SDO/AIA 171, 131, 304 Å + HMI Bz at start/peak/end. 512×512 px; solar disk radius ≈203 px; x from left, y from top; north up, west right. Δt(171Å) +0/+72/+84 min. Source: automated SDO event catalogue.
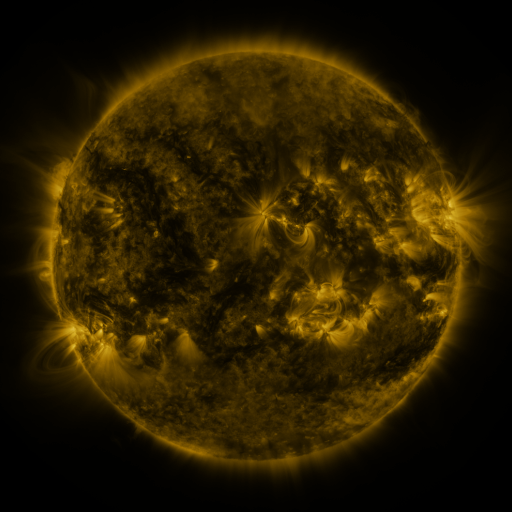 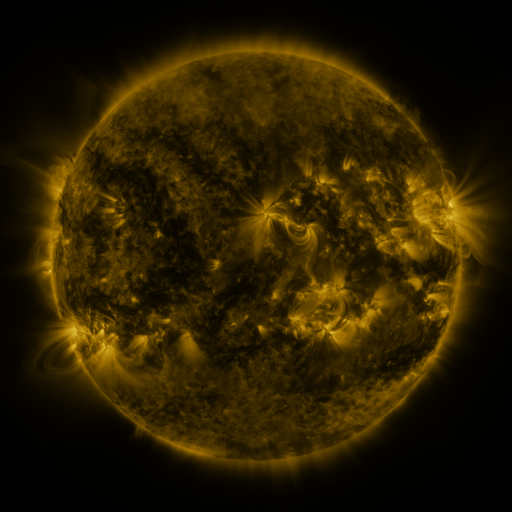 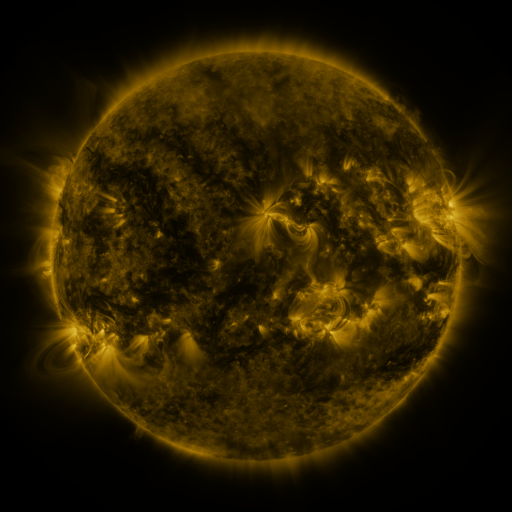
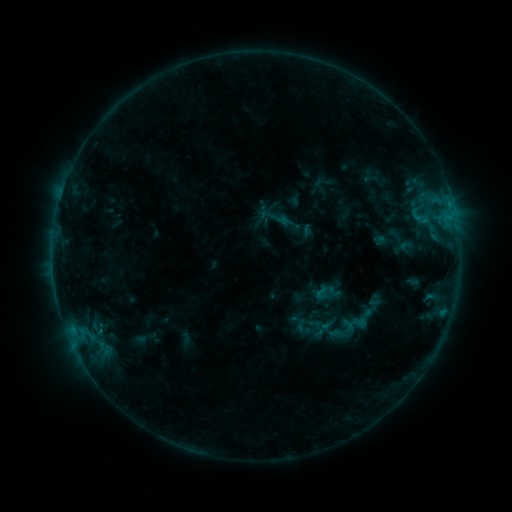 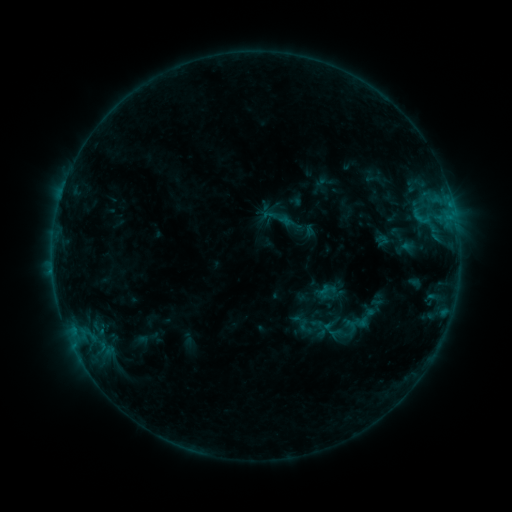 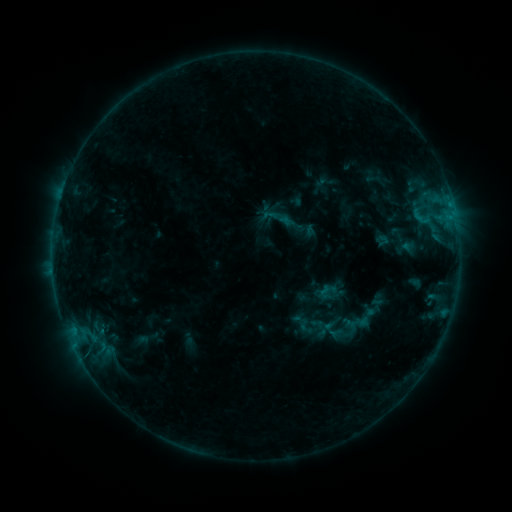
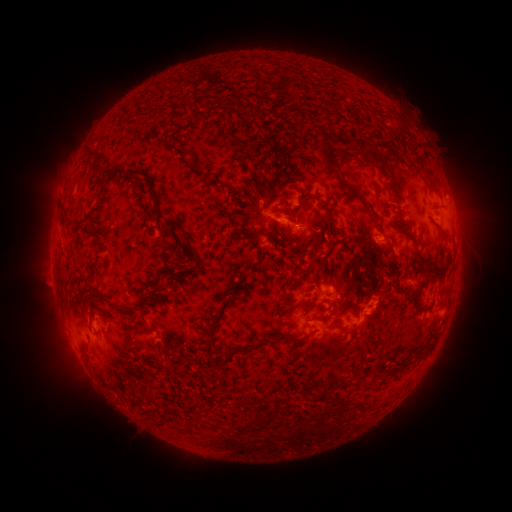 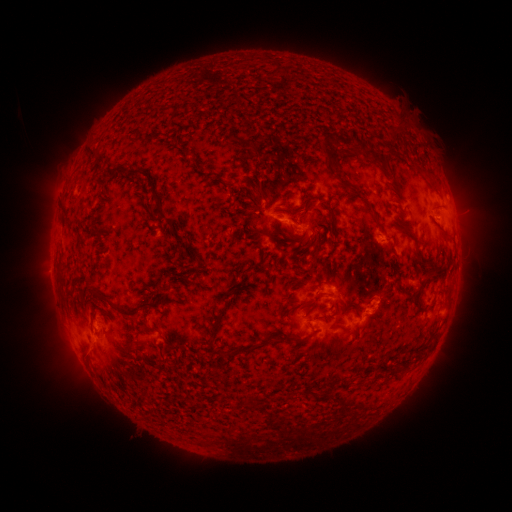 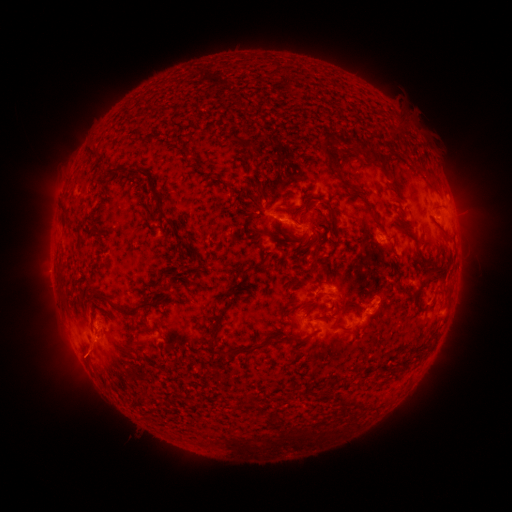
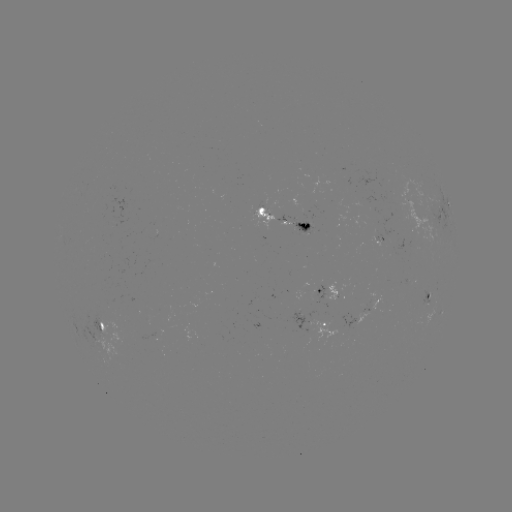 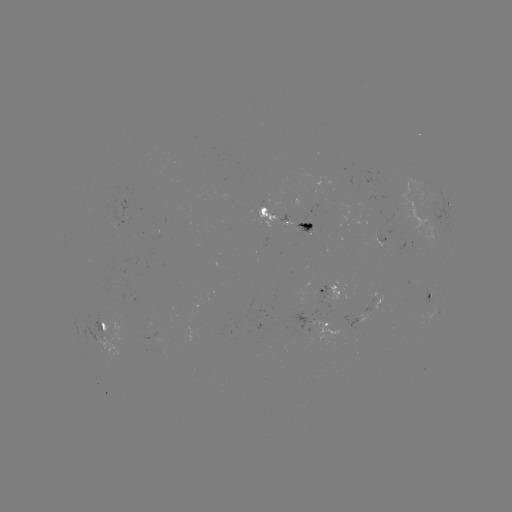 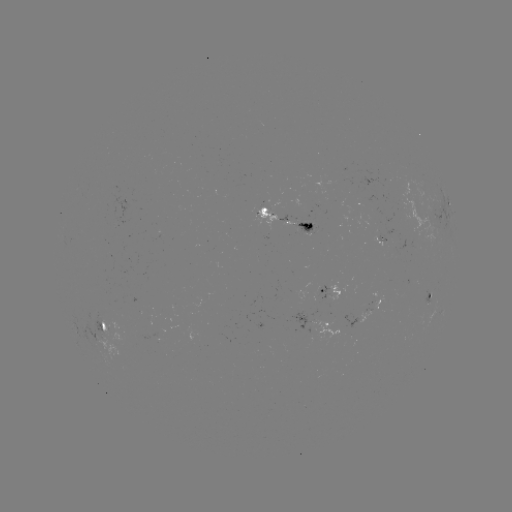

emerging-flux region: [327, 284, 339, 300]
